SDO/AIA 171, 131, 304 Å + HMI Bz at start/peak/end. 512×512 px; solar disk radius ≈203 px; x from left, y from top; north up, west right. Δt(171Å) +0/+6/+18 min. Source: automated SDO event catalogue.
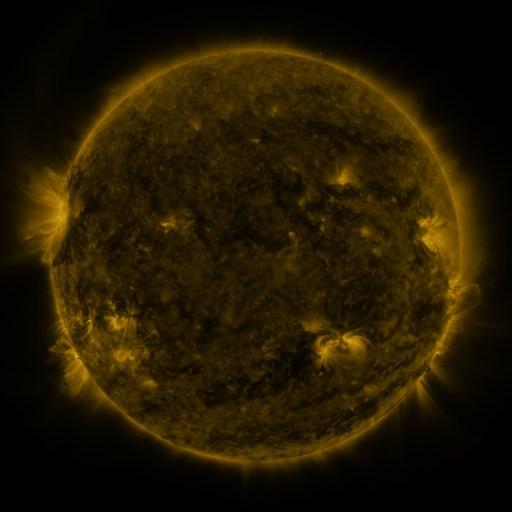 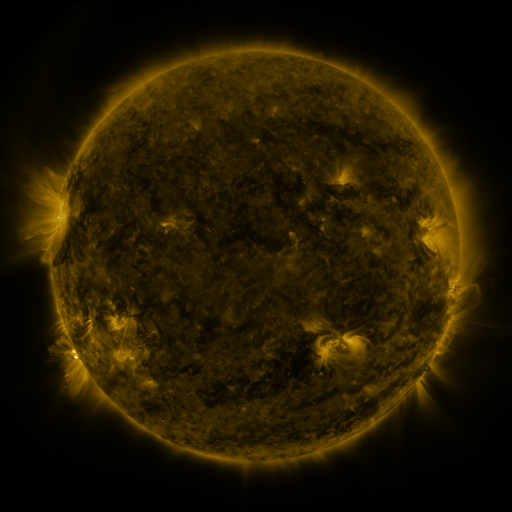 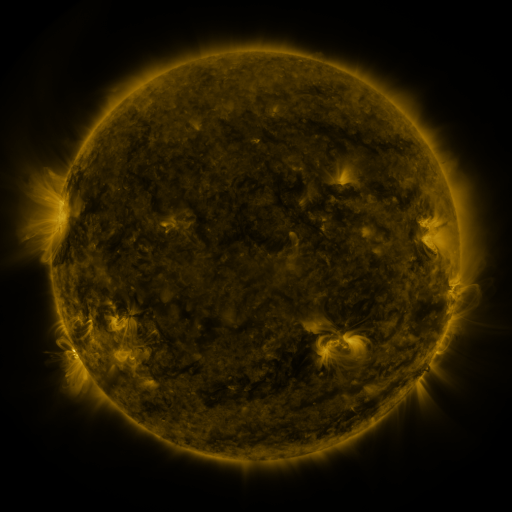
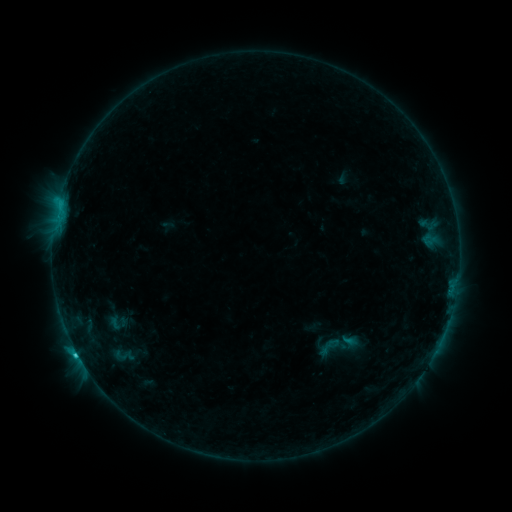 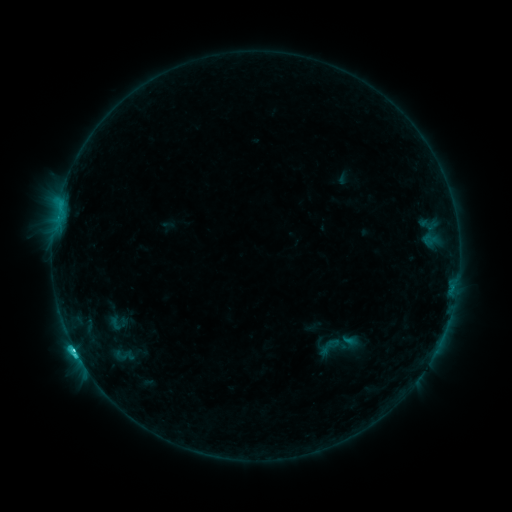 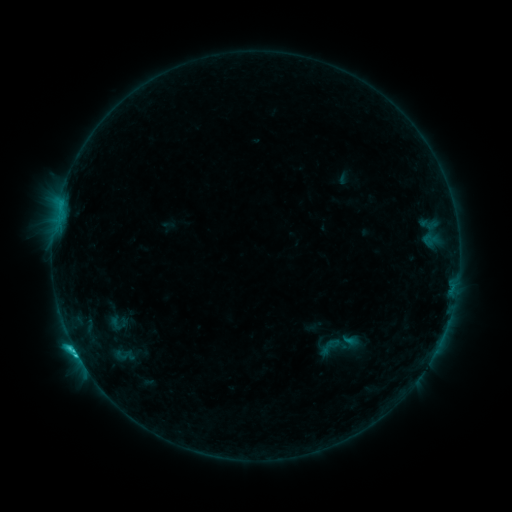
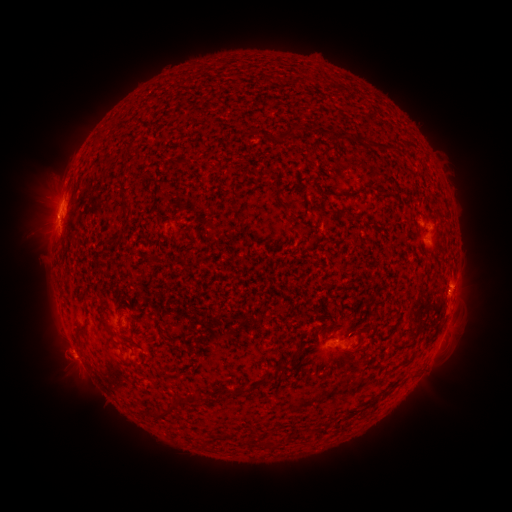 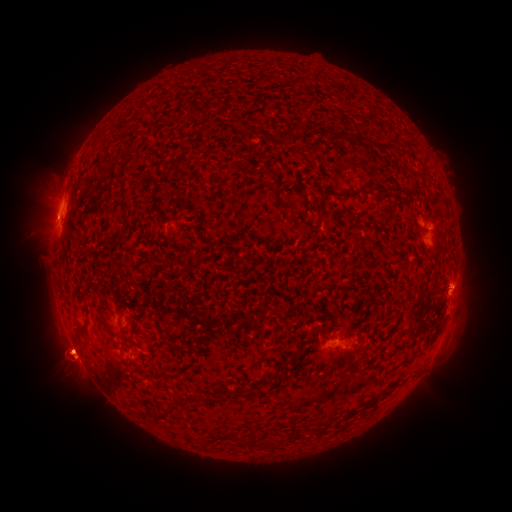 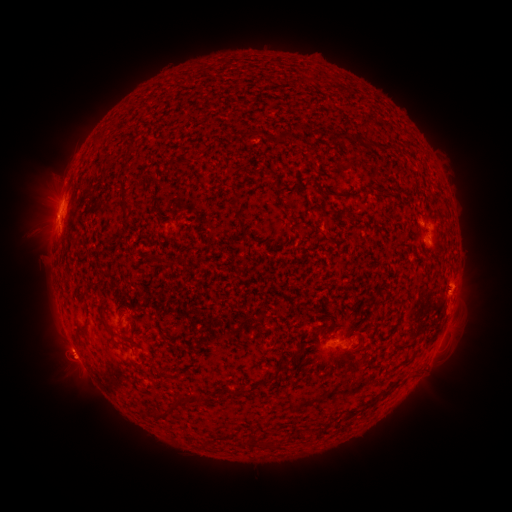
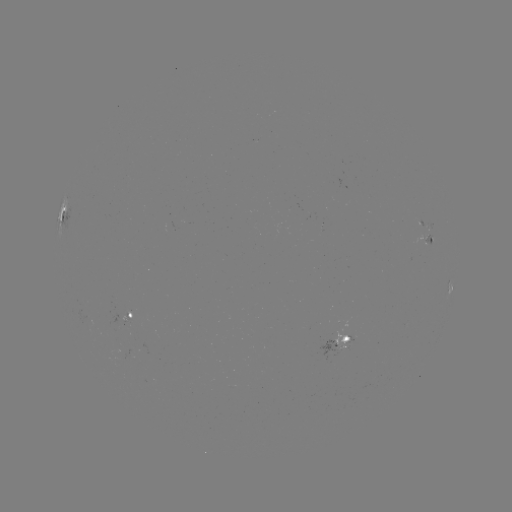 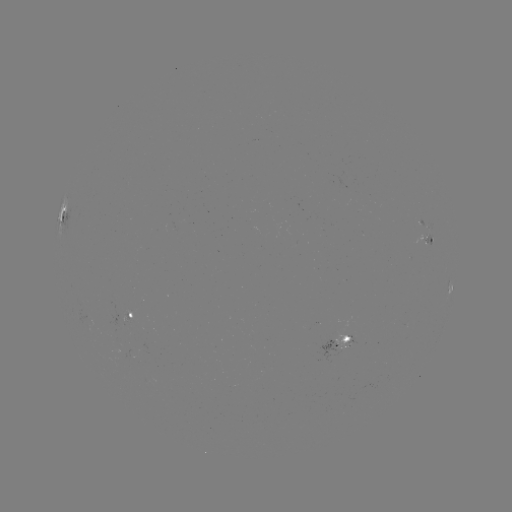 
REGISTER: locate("C3.0 flare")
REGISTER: (75, 349)